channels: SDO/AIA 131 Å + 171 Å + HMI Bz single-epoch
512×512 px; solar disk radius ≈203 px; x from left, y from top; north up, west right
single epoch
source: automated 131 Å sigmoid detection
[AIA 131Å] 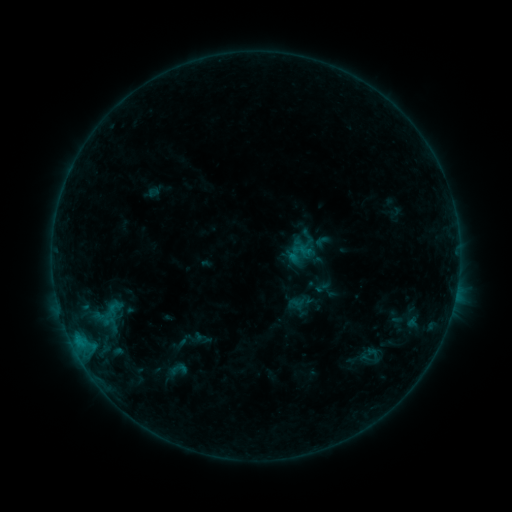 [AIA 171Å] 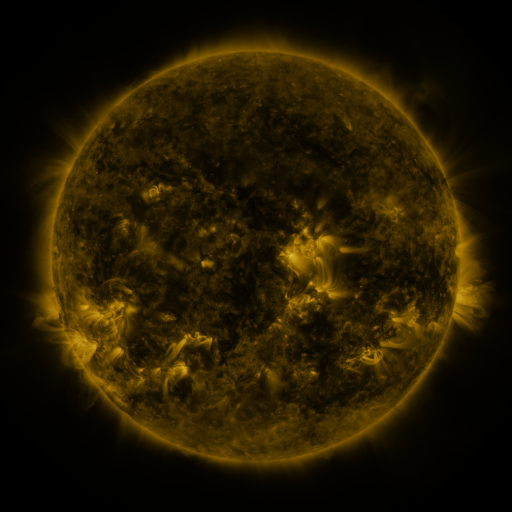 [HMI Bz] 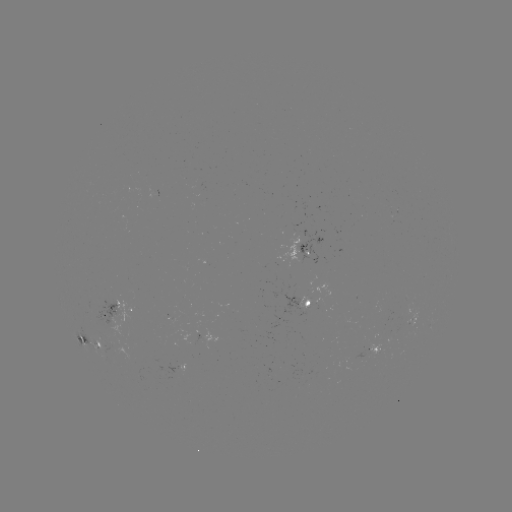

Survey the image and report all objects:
sigmoid: (160, 357, 194, 382)
